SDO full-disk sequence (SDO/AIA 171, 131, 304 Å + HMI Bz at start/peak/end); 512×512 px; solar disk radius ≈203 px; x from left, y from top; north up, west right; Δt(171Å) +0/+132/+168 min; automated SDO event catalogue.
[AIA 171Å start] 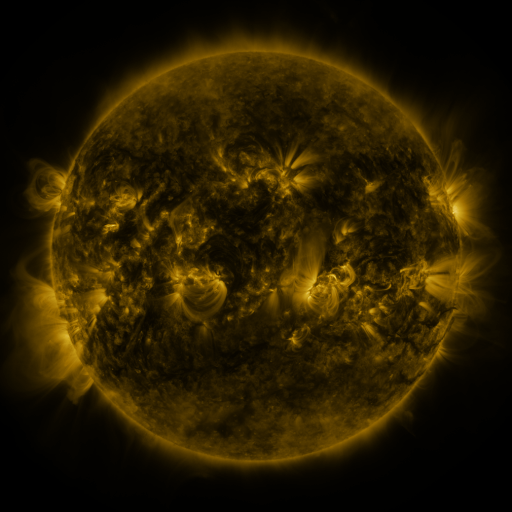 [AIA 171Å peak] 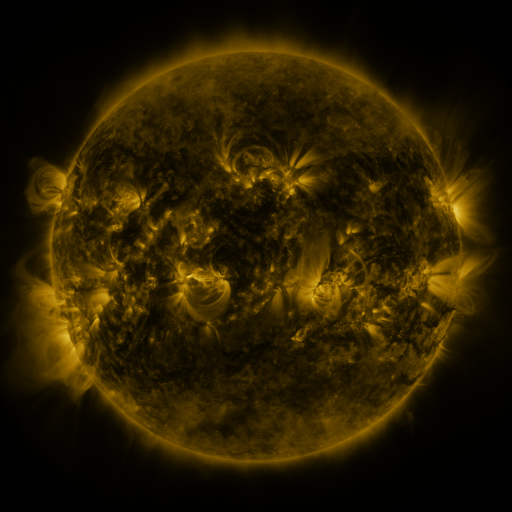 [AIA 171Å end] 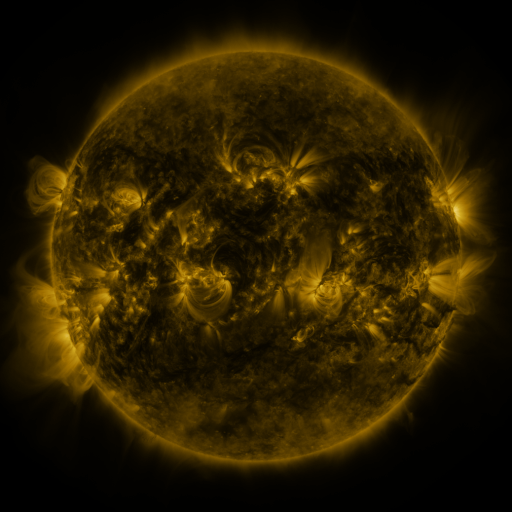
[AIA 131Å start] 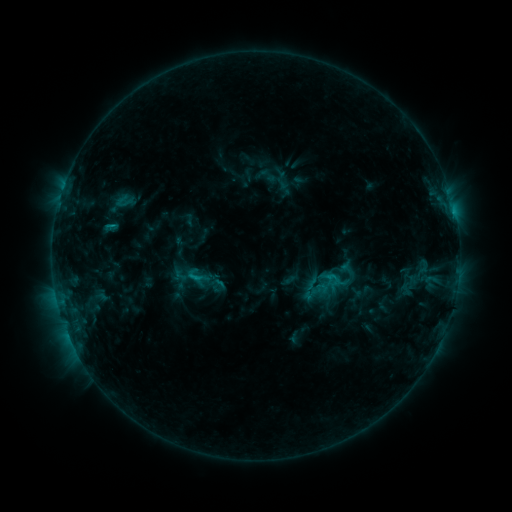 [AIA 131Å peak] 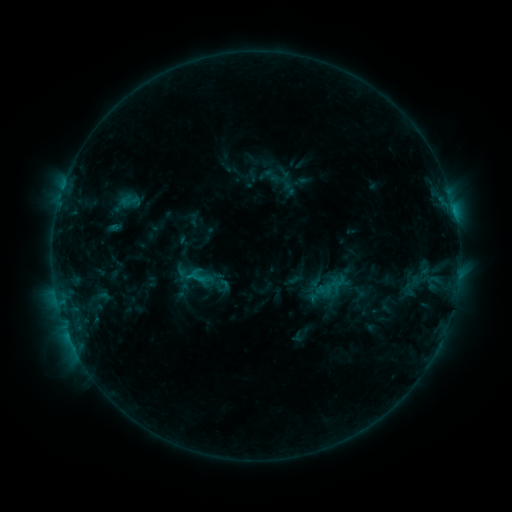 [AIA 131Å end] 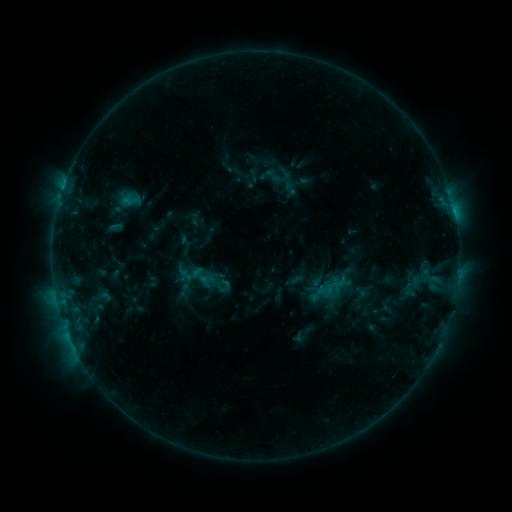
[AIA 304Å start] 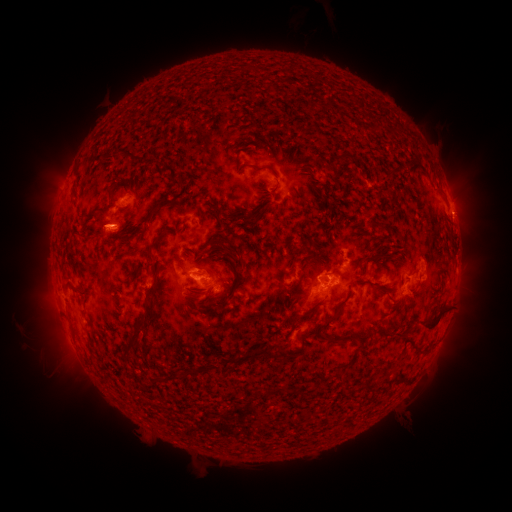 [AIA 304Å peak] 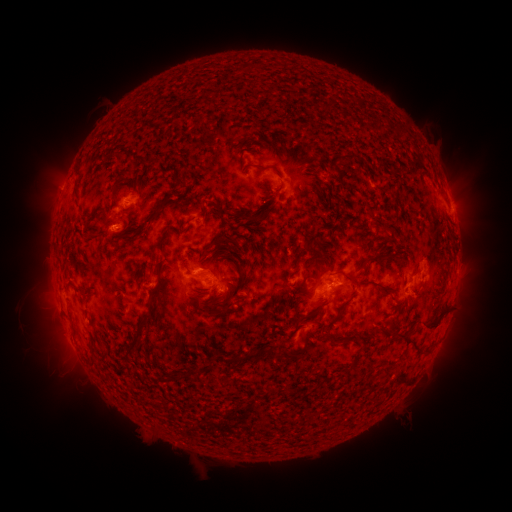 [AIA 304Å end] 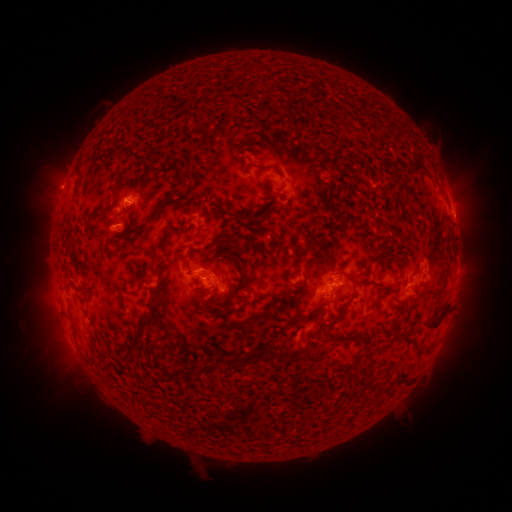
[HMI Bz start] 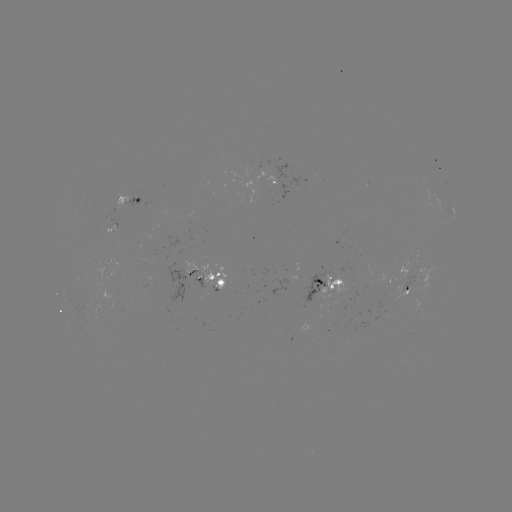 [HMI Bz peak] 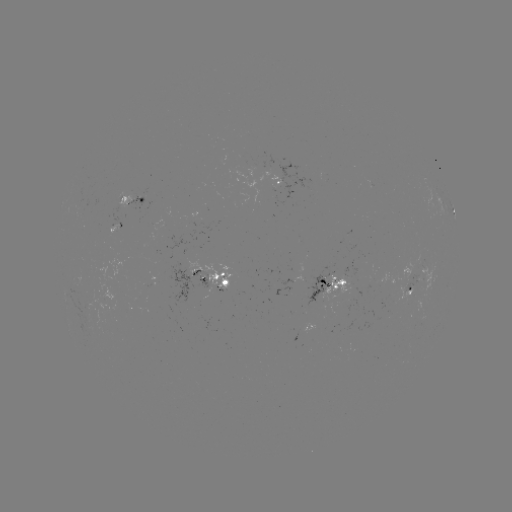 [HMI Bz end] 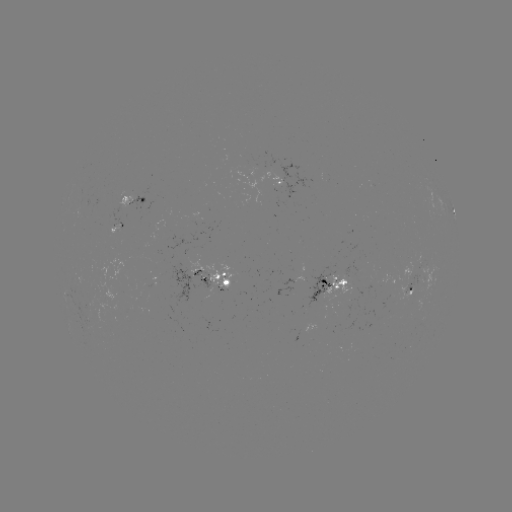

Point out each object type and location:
emerging-flux region: (197, 289)
